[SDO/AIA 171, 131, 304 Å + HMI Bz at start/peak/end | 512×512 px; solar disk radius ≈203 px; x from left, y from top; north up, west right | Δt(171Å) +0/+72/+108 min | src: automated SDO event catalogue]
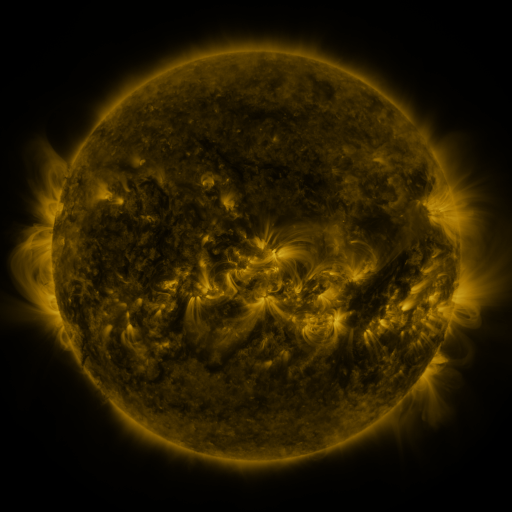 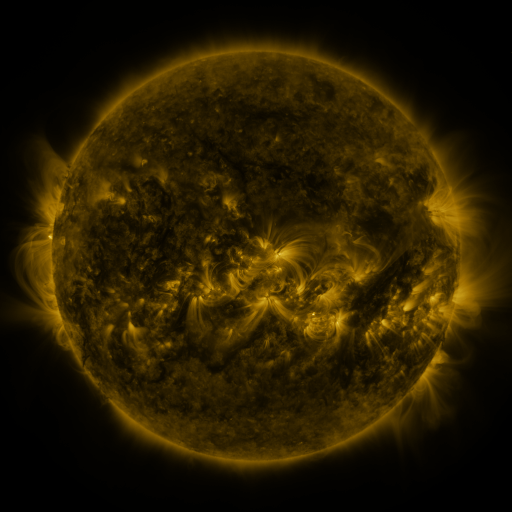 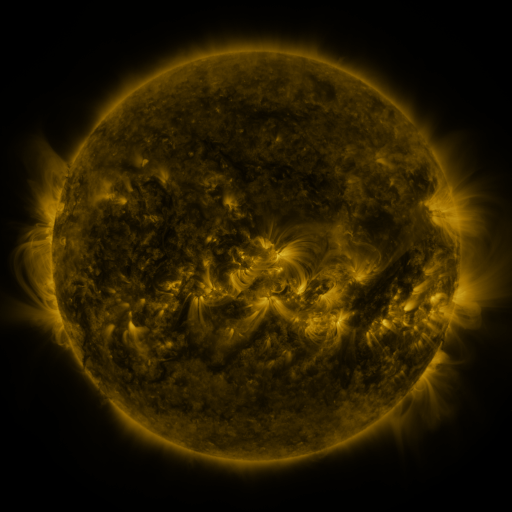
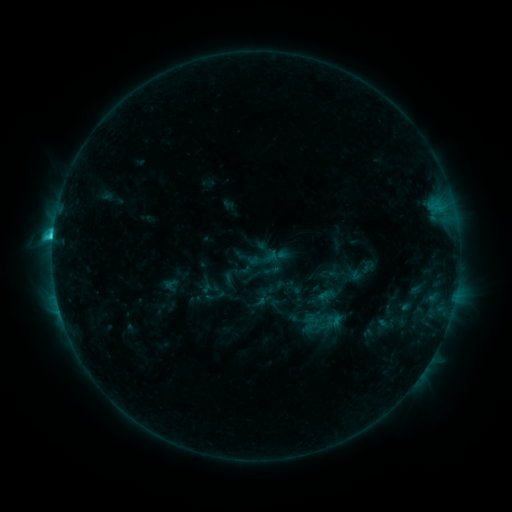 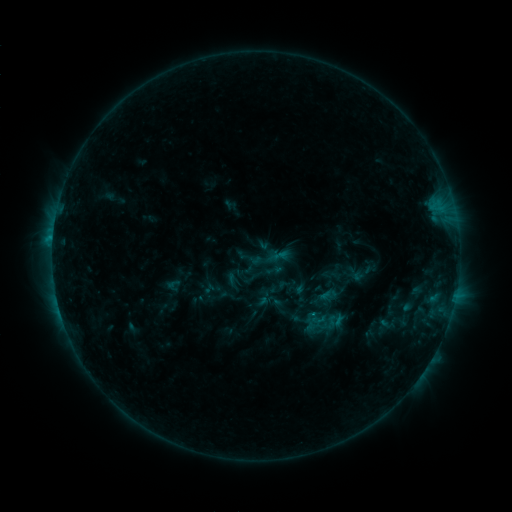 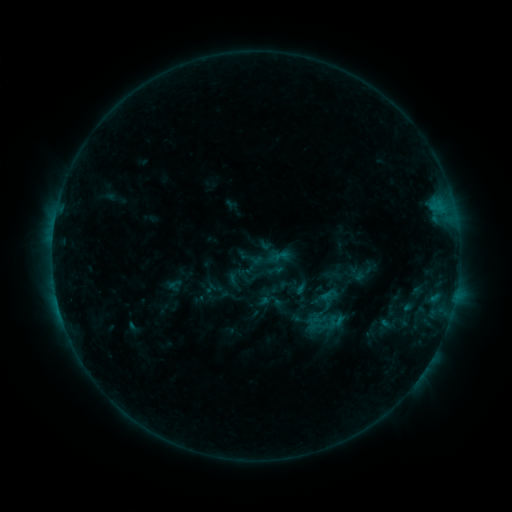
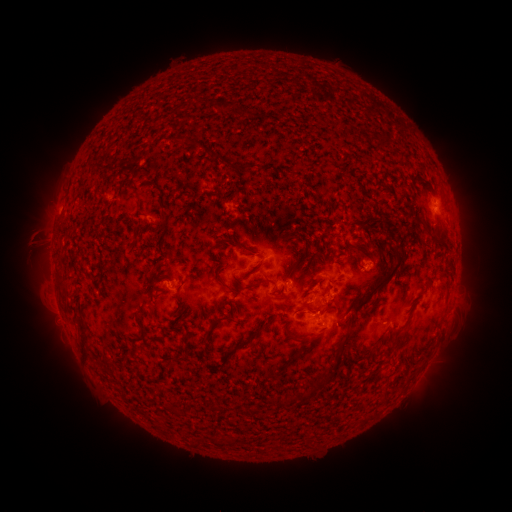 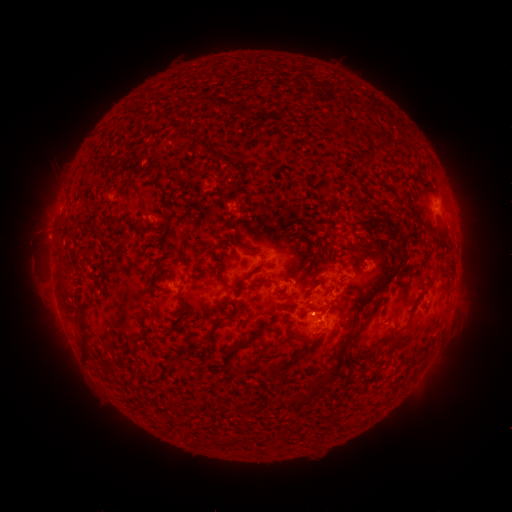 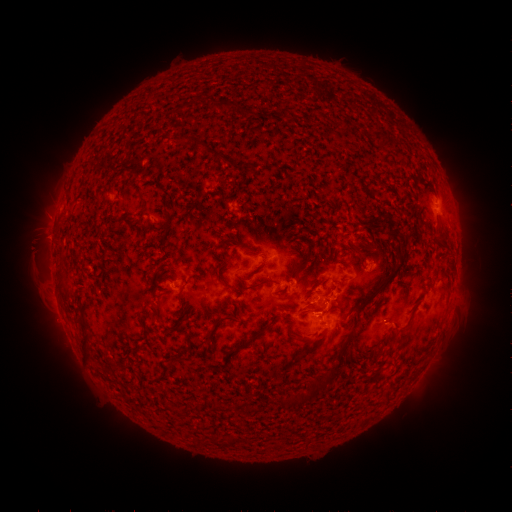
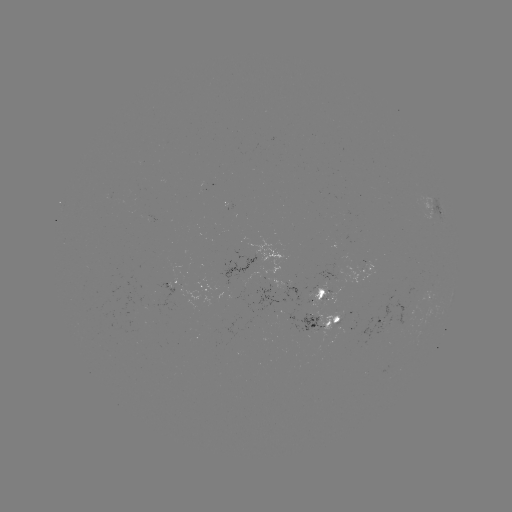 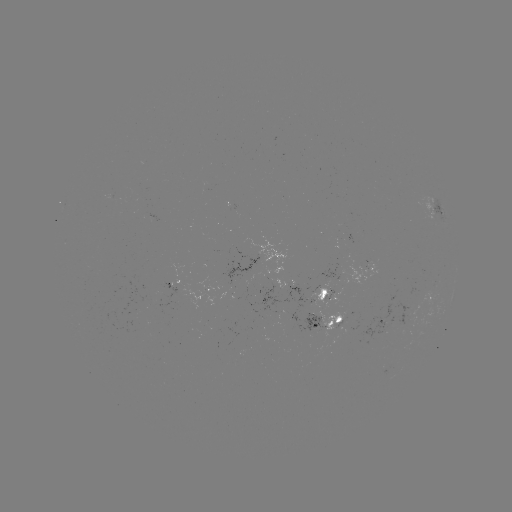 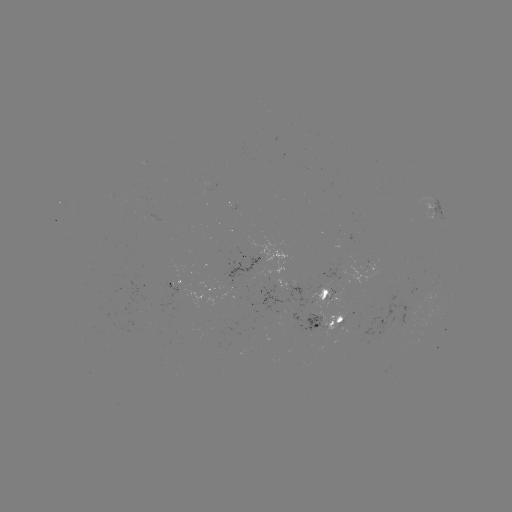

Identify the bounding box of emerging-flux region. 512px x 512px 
[316, 313, 342, 338].